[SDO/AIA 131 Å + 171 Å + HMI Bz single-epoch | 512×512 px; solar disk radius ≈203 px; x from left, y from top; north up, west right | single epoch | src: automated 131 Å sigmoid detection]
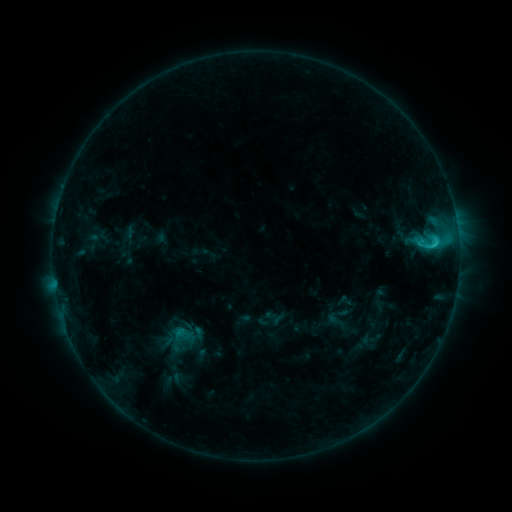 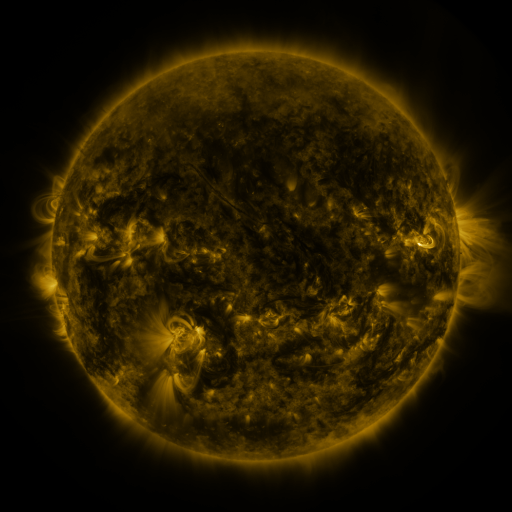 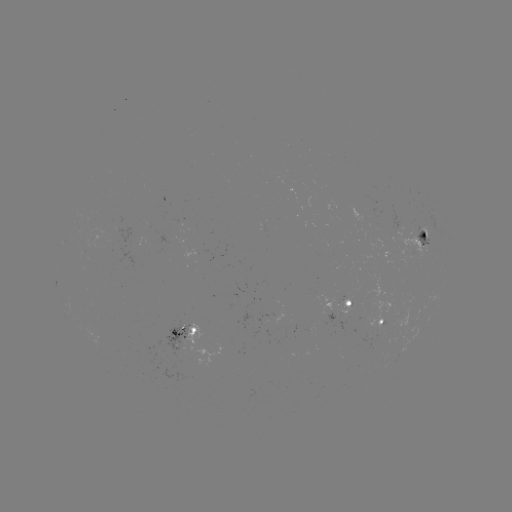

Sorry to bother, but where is sigmoid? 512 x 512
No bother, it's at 337,315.